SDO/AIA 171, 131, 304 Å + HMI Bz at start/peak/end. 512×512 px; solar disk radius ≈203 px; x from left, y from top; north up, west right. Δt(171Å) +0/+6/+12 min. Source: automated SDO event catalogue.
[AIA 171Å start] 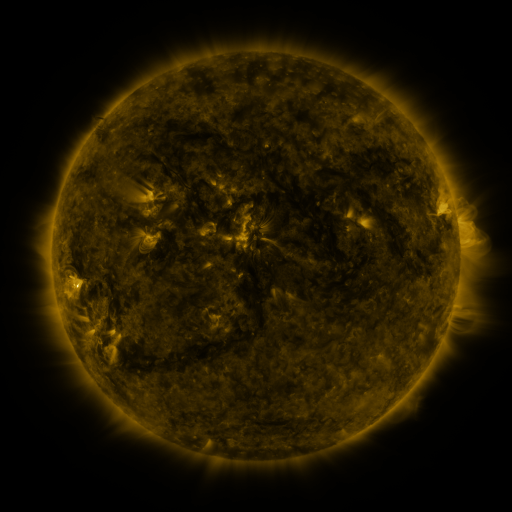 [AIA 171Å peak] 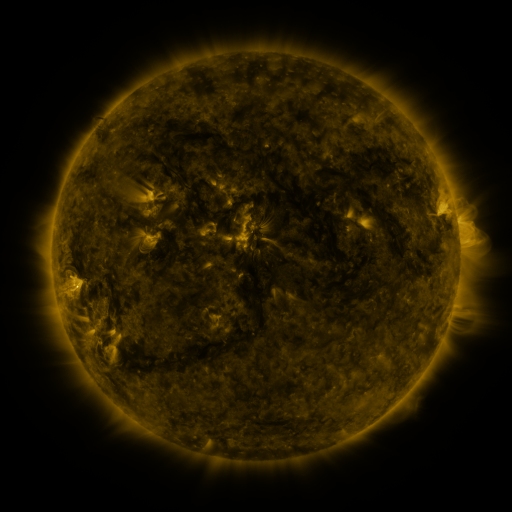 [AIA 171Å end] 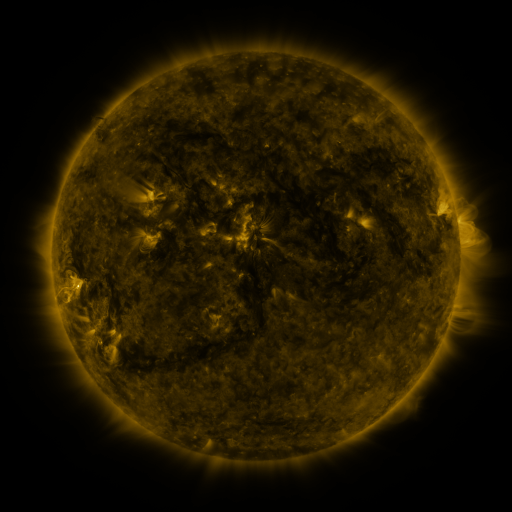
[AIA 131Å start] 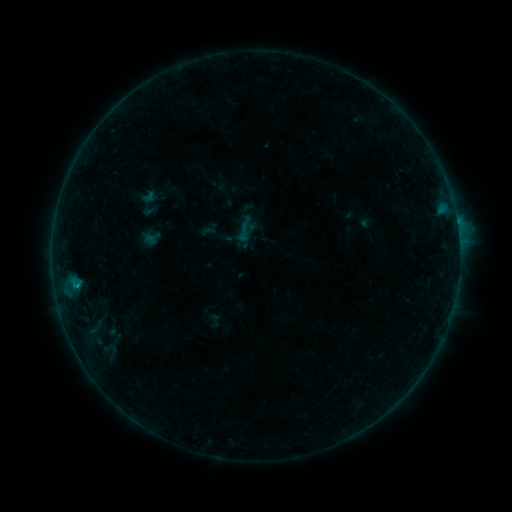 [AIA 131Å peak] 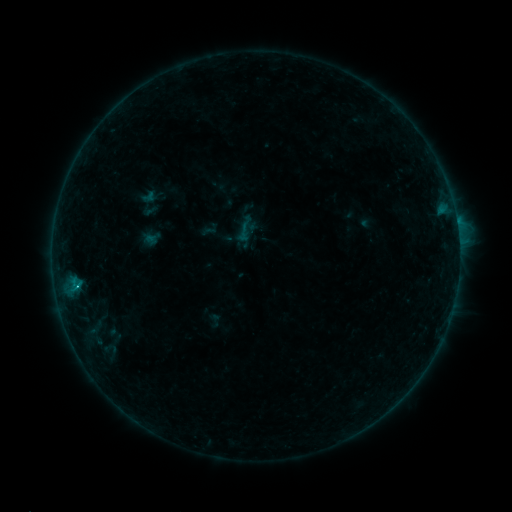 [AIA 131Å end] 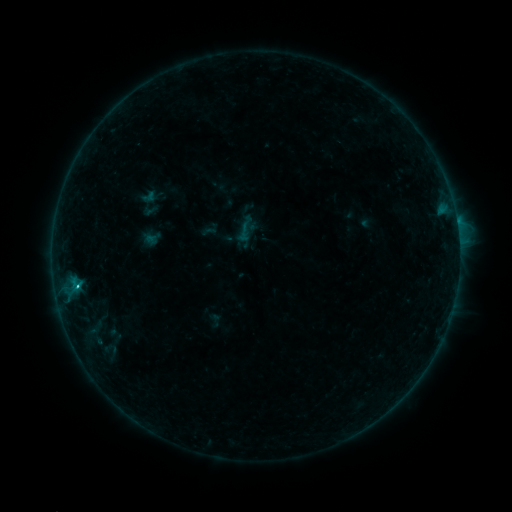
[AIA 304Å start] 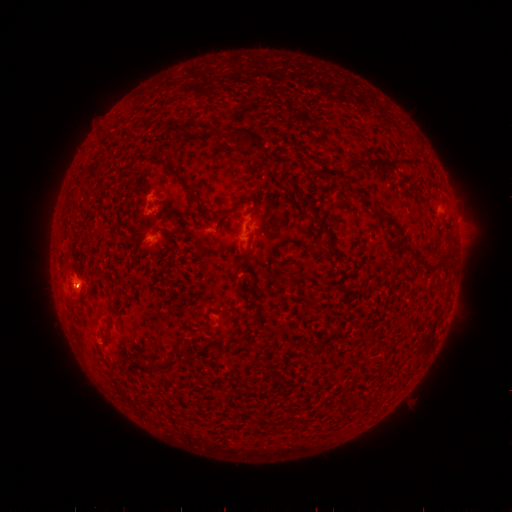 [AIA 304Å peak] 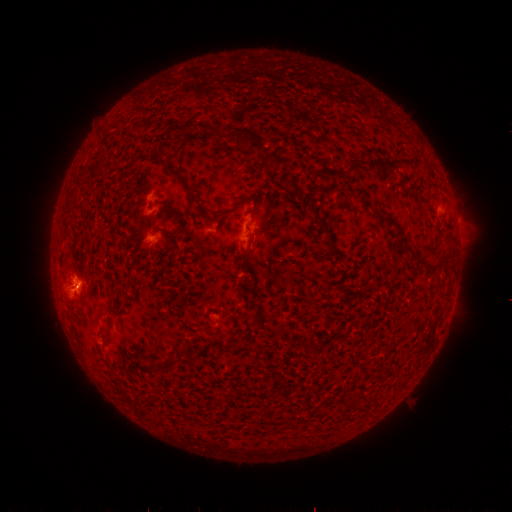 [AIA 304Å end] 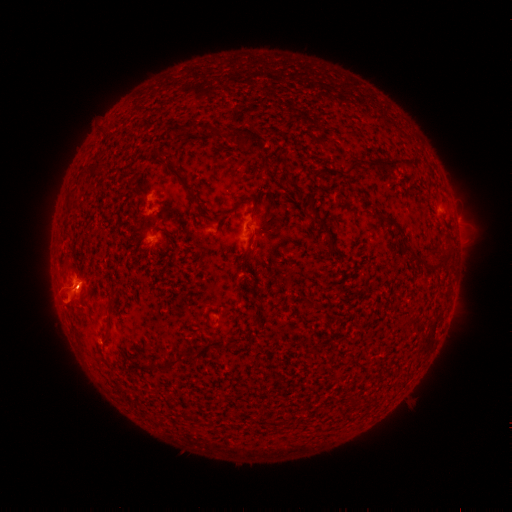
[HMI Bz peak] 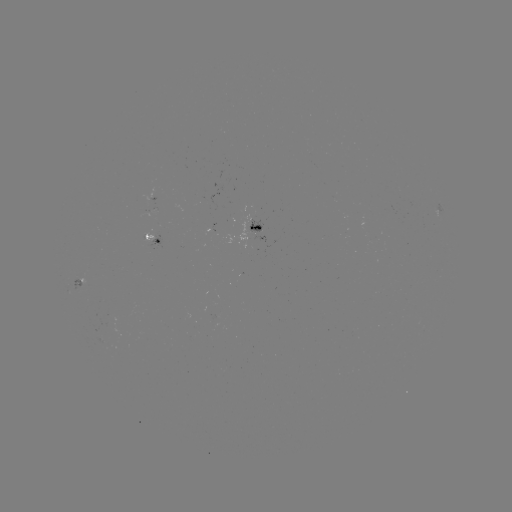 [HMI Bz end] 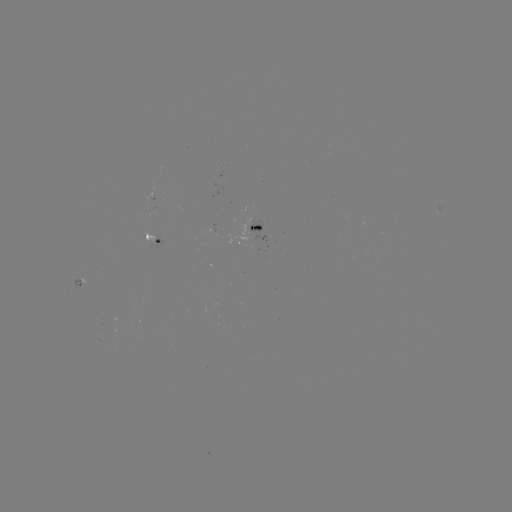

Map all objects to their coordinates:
eruption: (69, 293)
